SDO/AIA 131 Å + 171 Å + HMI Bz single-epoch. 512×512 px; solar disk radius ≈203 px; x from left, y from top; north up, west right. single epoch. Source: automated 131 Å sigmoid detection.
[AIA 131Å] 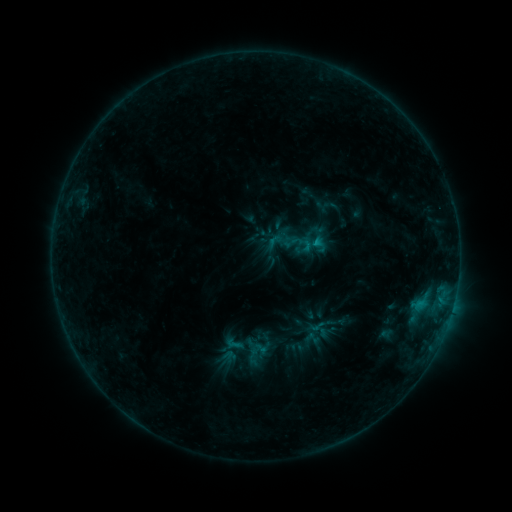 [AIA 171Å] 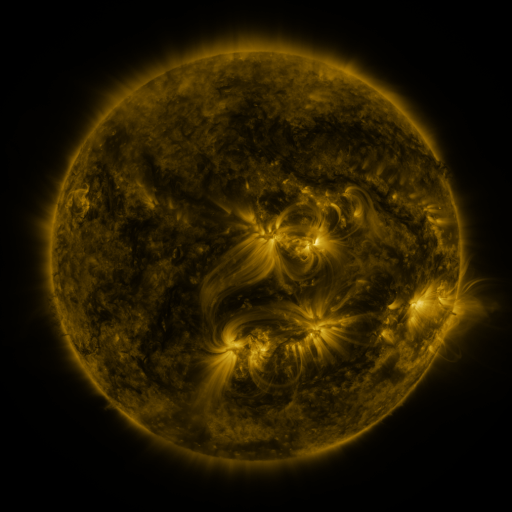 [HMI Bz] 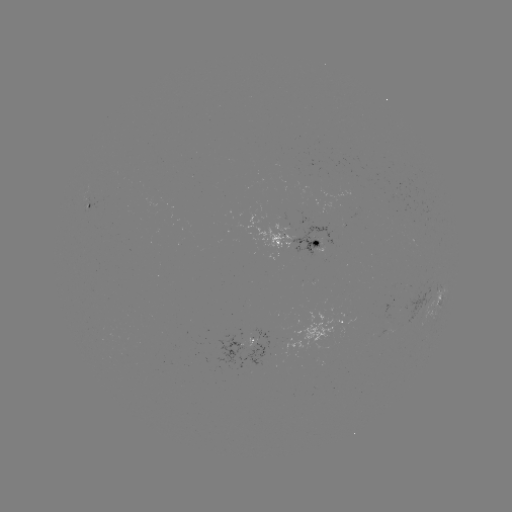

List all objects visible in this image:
sigmoid: [275, 223, 316, 262]
sigmoid: [224, 335, 243, 353]
